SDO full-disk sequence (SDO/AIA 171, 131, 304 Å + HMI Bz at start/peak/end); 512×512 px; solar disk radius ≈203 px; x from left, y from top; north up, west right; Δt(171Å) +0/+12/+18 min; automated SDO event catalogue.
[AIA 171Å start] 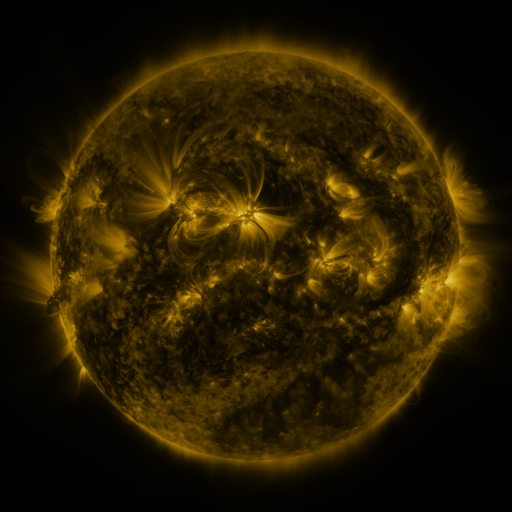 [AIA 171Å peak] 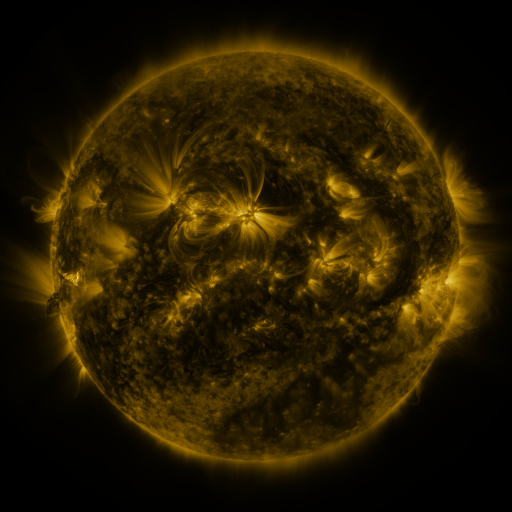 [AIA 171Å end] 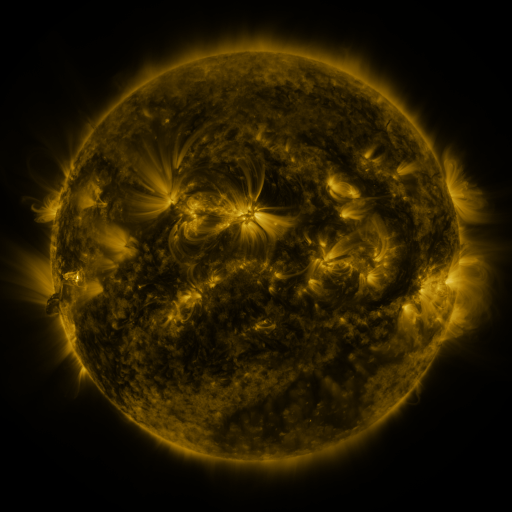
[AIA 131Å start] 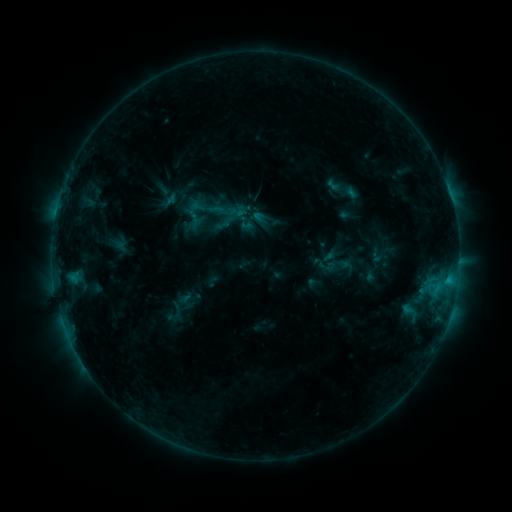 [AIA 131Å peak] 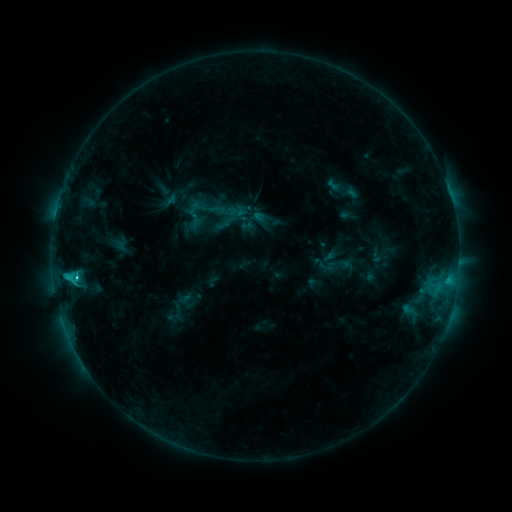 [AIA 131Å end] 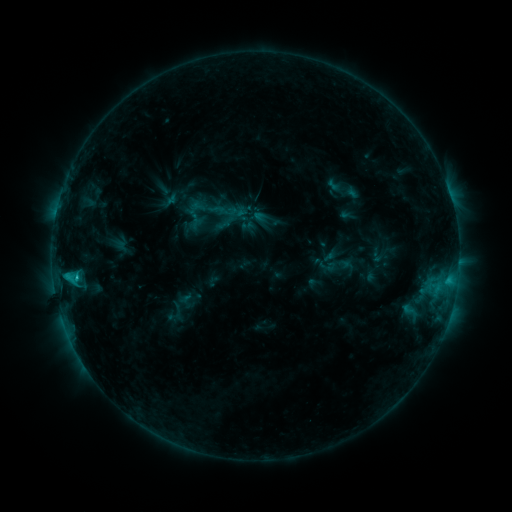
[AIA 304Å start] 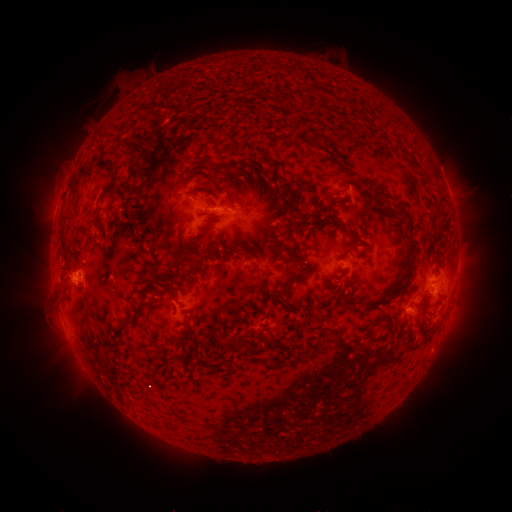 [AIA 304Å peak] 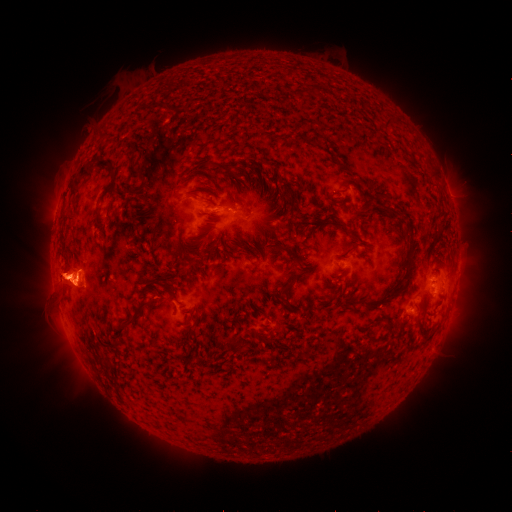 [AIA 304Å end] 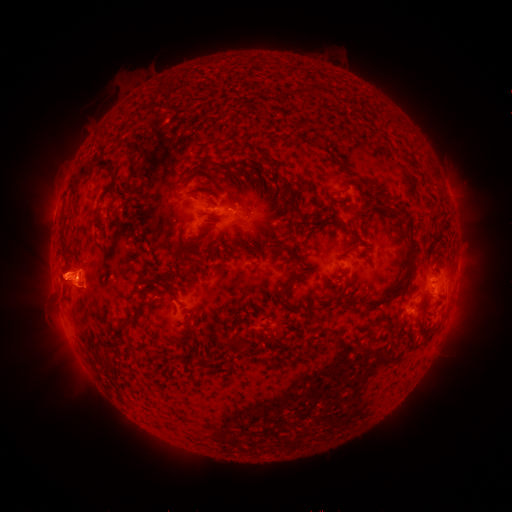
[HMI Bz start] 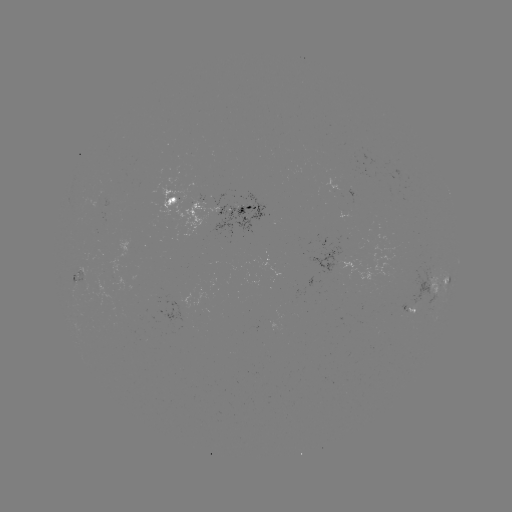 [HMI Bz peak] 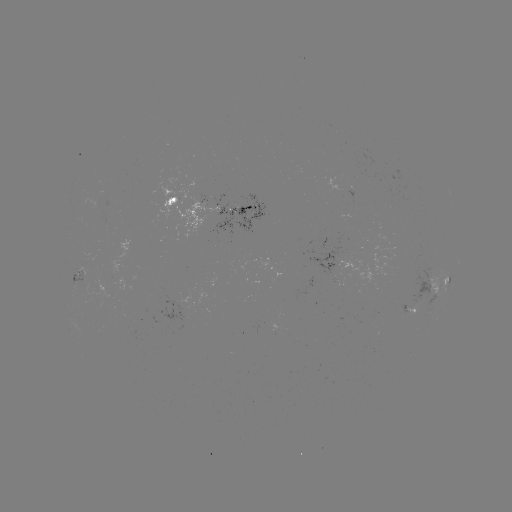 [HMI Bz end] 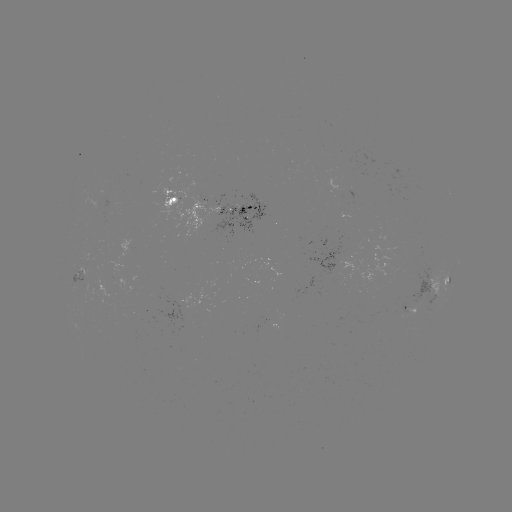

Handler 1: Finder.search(C1.7 flare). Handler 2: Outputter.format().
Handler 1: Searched C1.7 flare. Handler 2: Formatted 76,277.